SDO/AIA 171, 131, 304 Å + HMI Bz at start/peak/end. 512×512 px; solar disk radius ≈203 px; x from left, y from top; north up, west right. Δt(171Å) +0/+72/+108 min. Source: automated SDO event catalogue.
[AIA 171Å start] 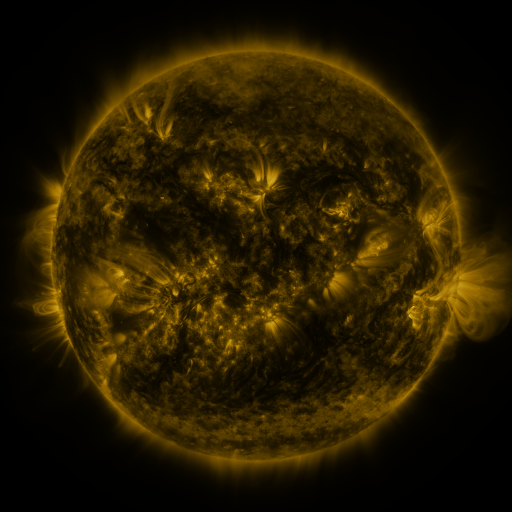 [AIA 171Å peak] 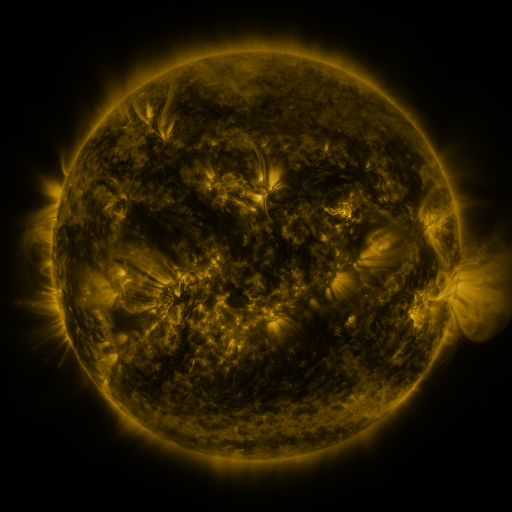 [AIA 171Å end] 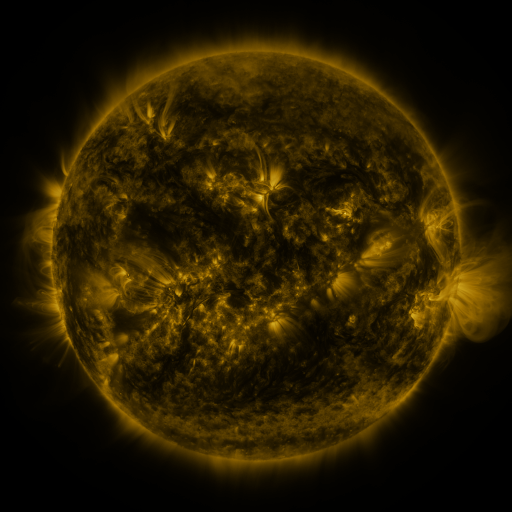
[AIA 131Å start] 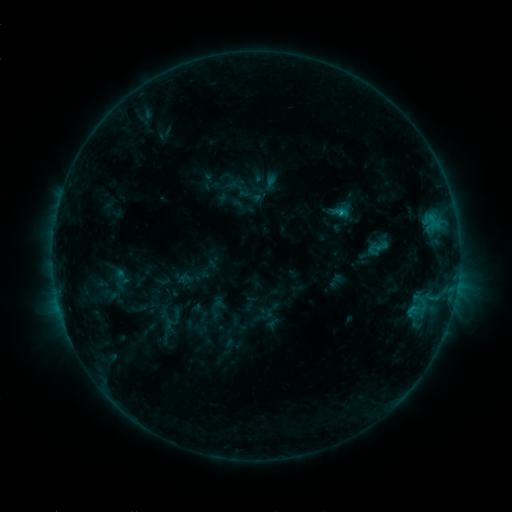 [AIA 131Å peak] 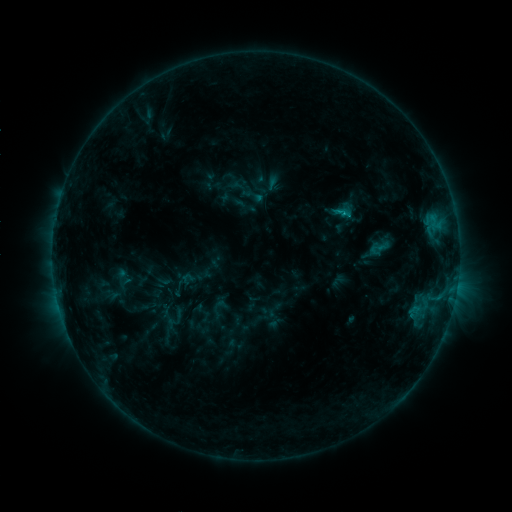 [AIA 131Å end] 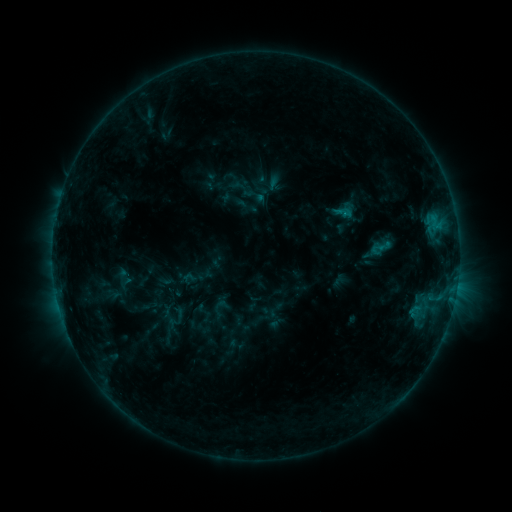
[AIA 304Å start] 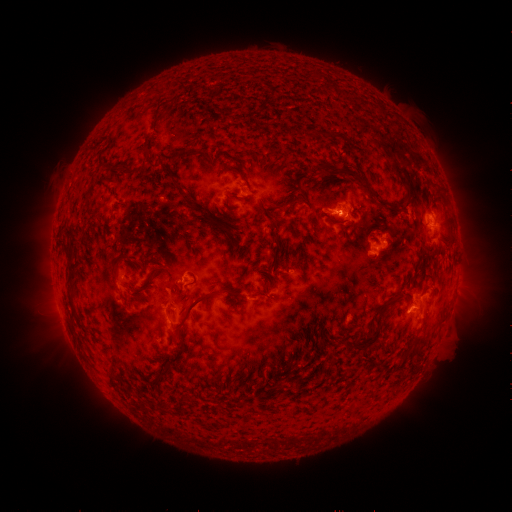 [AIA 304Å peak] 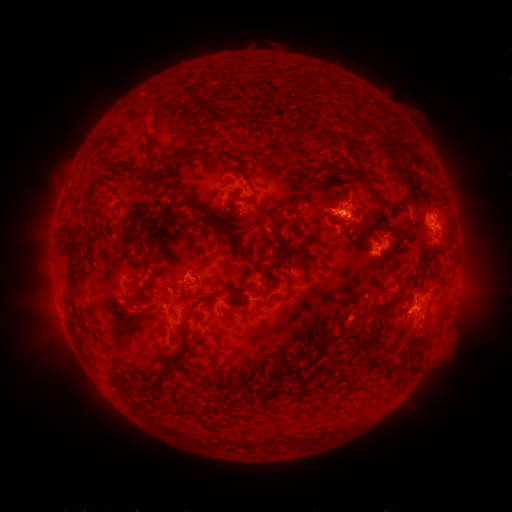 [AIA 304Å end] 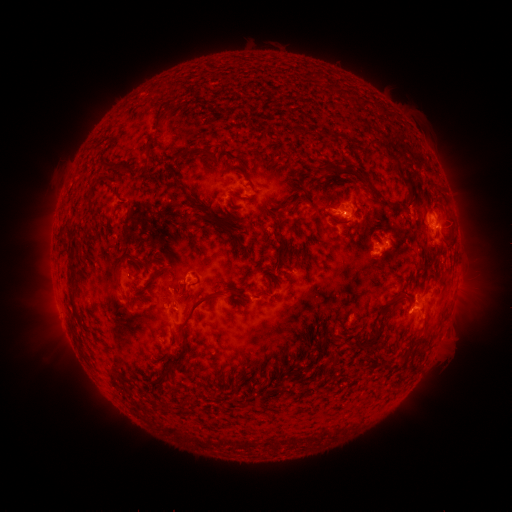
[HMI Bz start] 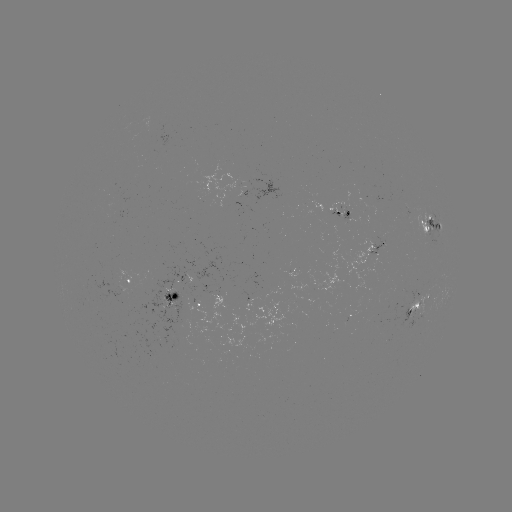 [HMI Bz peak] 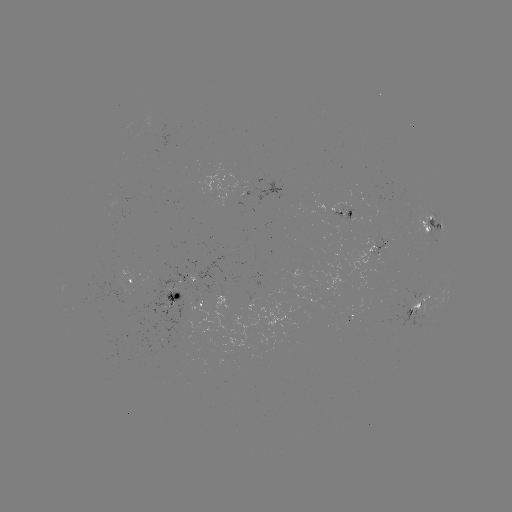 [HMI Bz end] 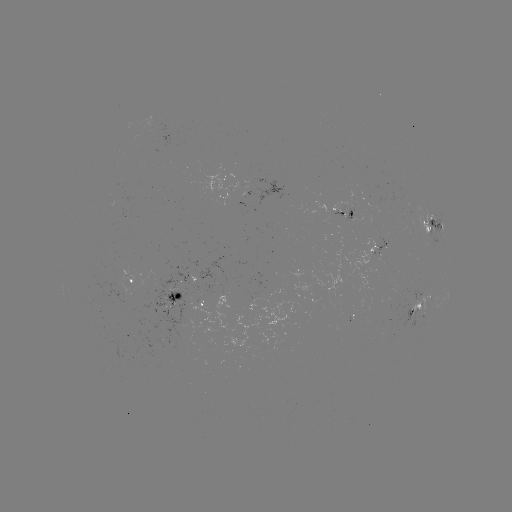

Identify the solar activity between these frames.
emerging-flux region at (347, 213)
